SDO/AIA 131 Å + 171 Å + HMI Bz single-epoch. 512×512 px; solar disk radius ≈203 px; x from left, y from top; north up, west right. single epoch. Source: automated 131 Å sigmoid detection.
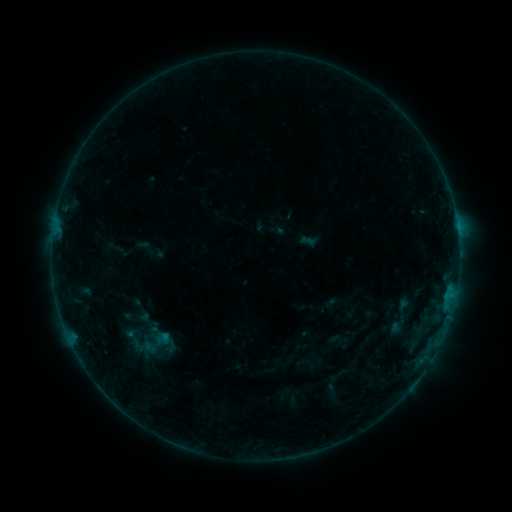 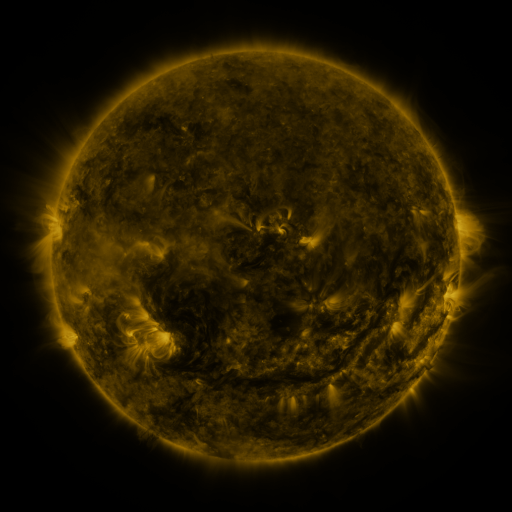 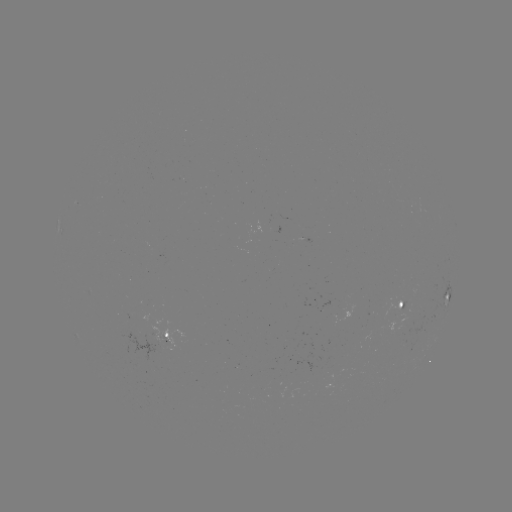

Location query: sigmoid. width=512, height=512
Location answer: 153,343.